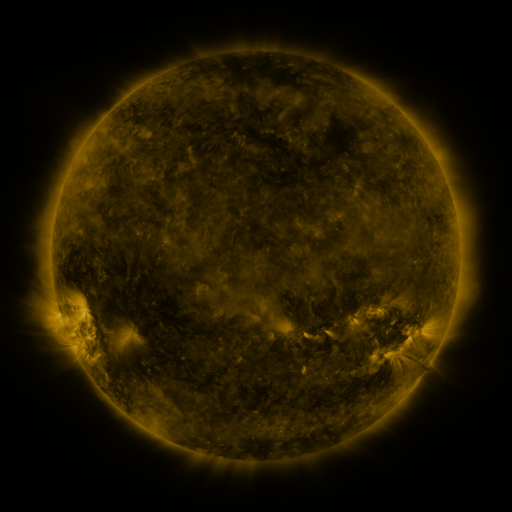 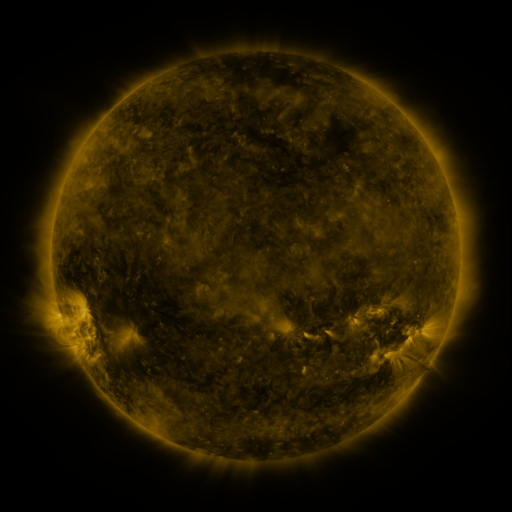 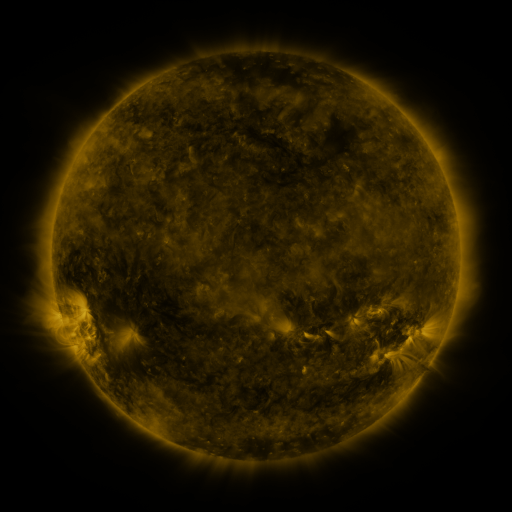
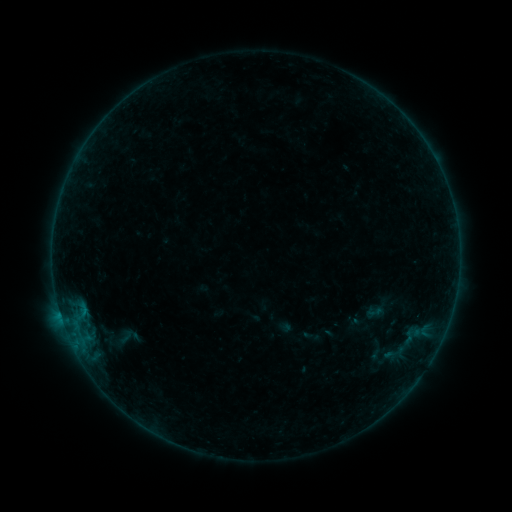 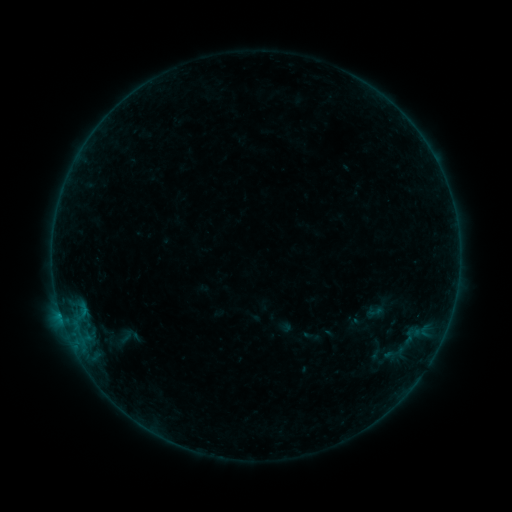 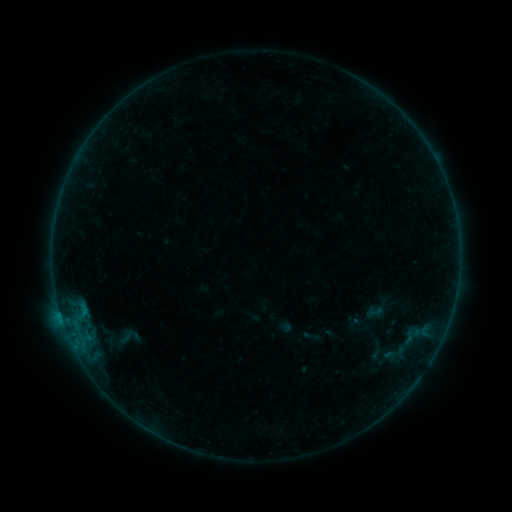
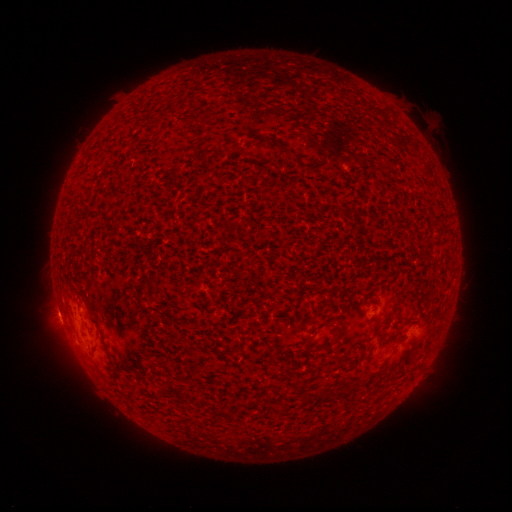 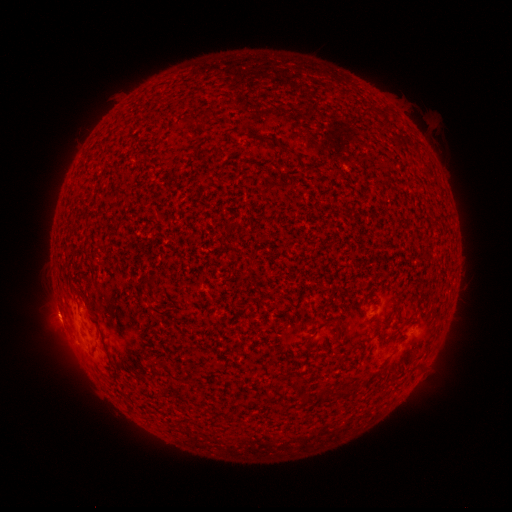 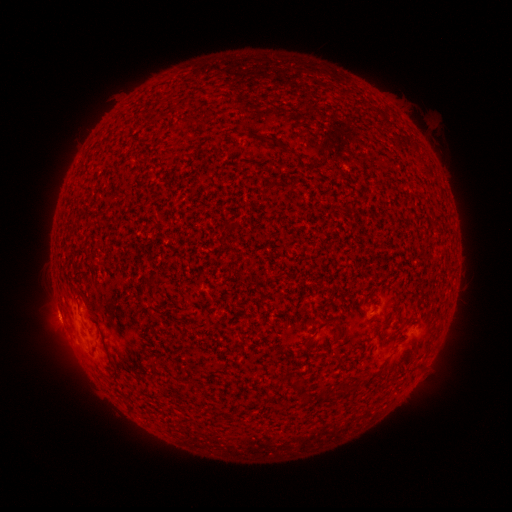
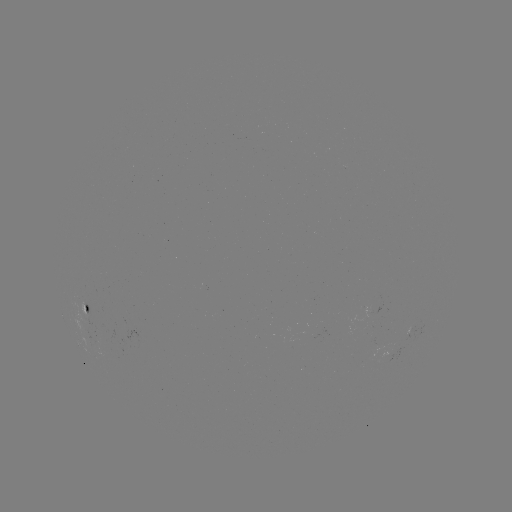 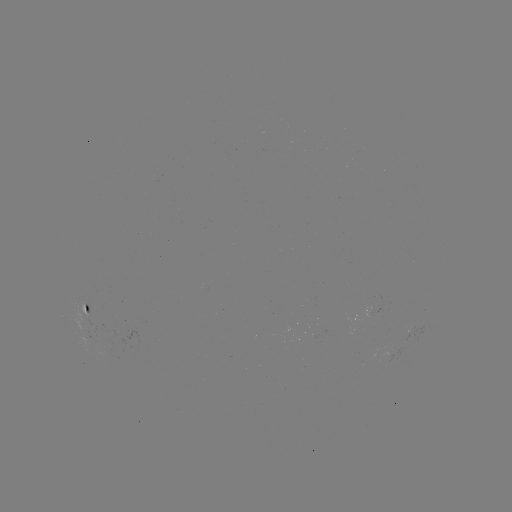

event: flare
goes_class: B1.5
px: (60, 311)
